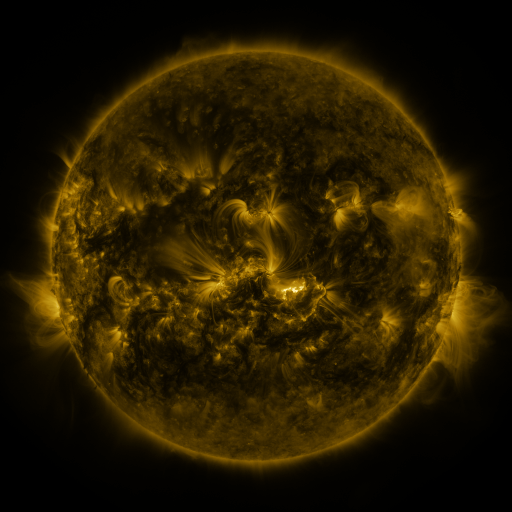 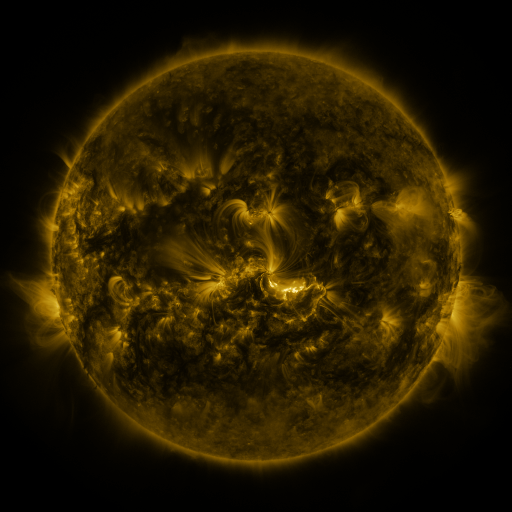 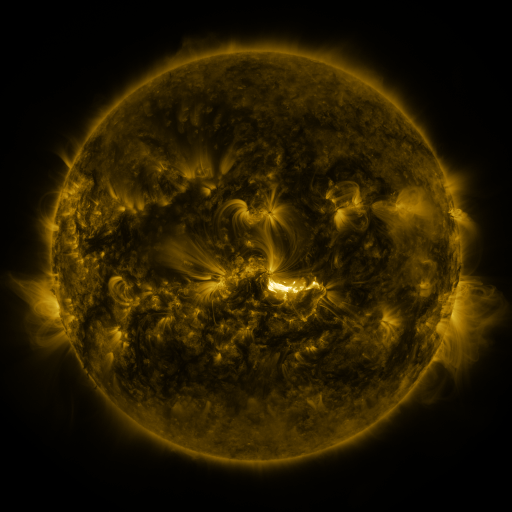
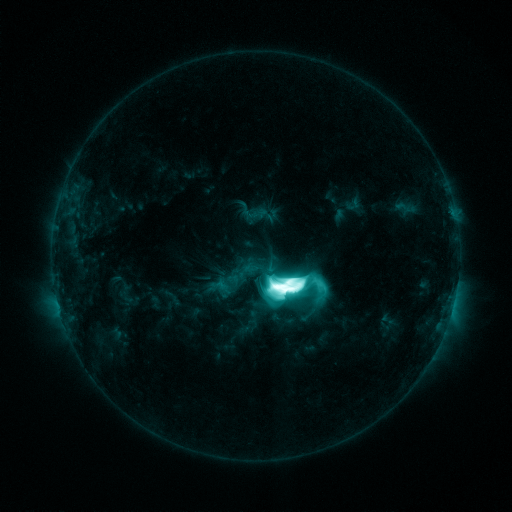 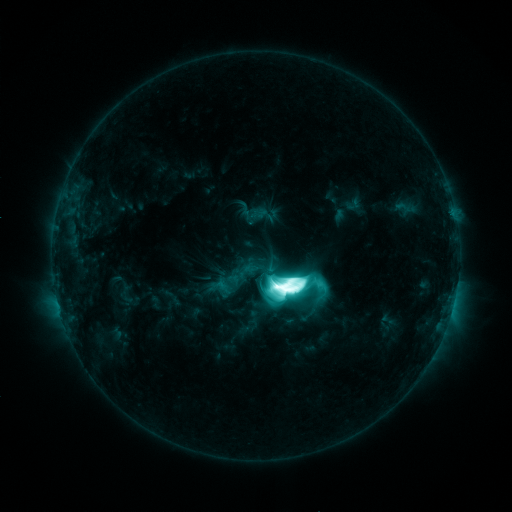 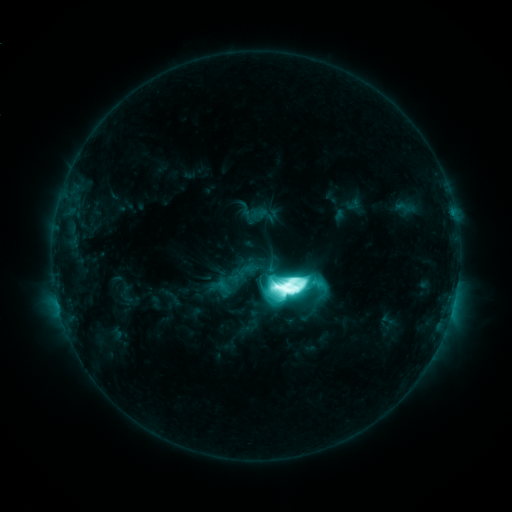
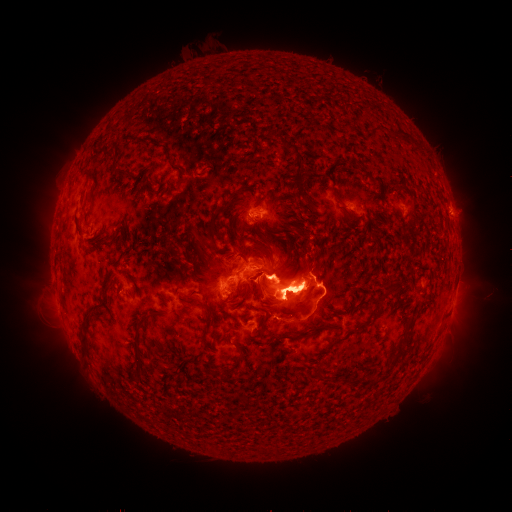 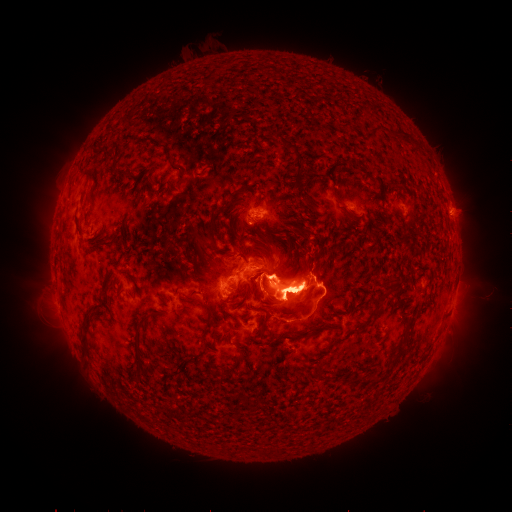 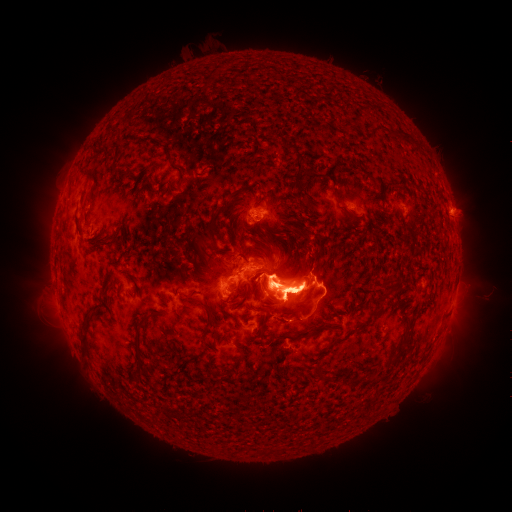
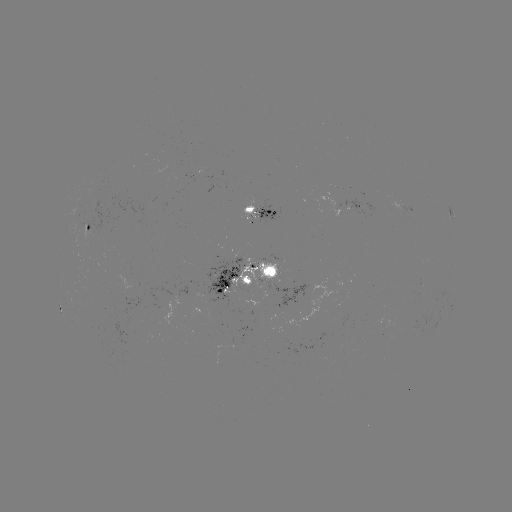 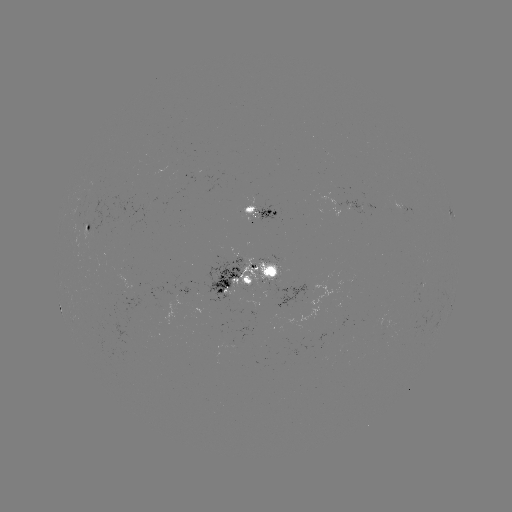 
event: eruption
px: (260, 290)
